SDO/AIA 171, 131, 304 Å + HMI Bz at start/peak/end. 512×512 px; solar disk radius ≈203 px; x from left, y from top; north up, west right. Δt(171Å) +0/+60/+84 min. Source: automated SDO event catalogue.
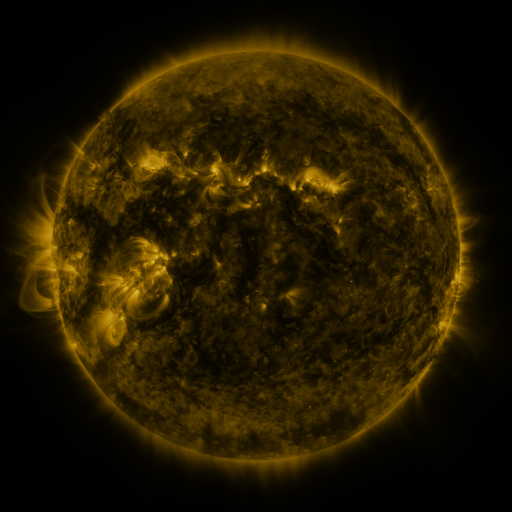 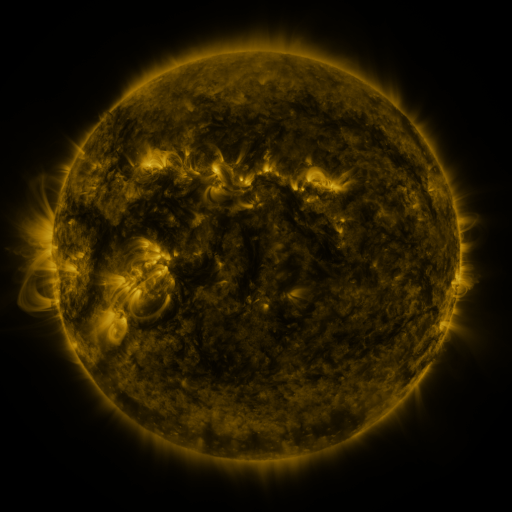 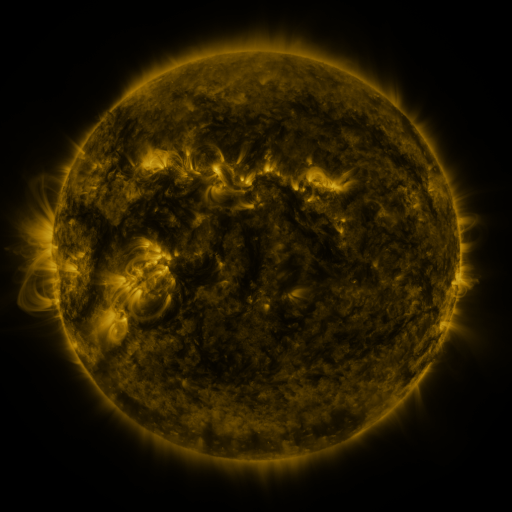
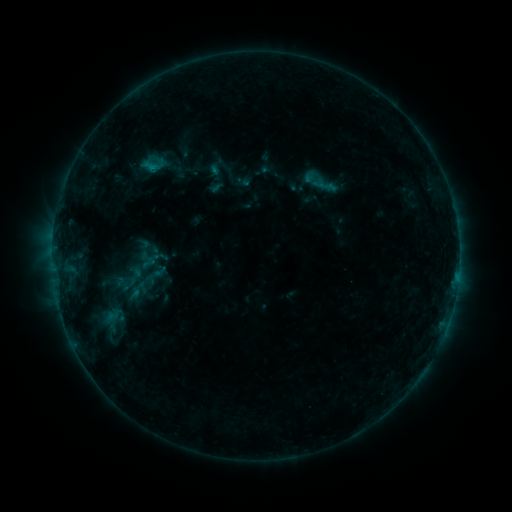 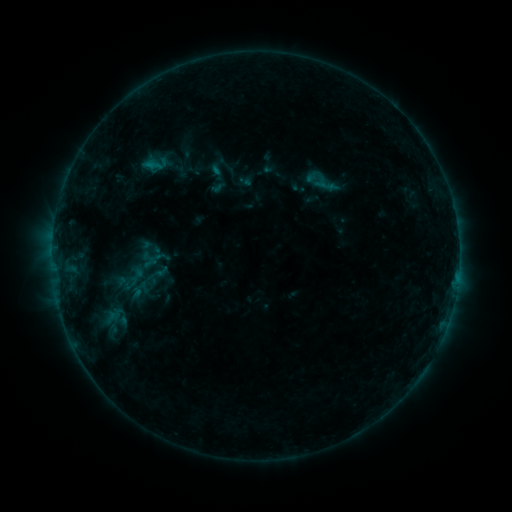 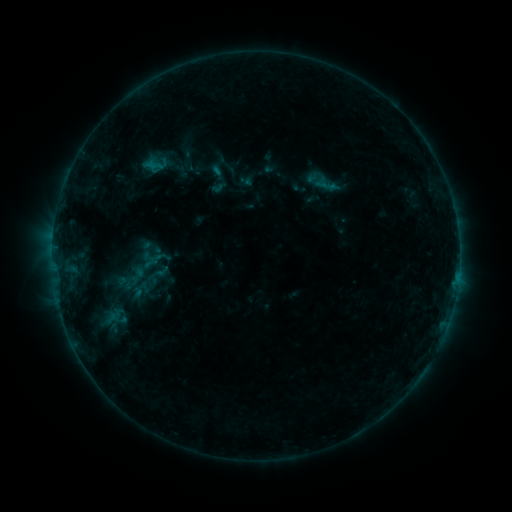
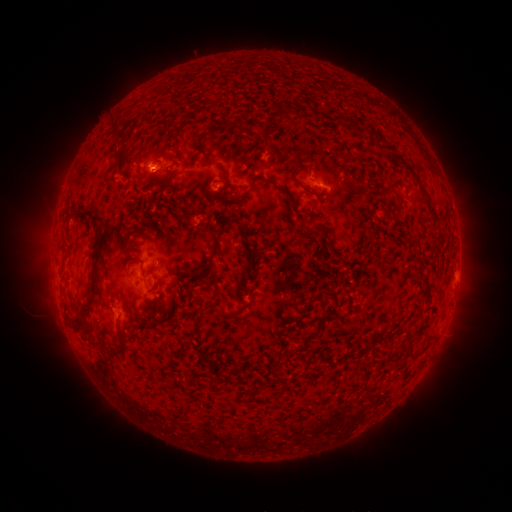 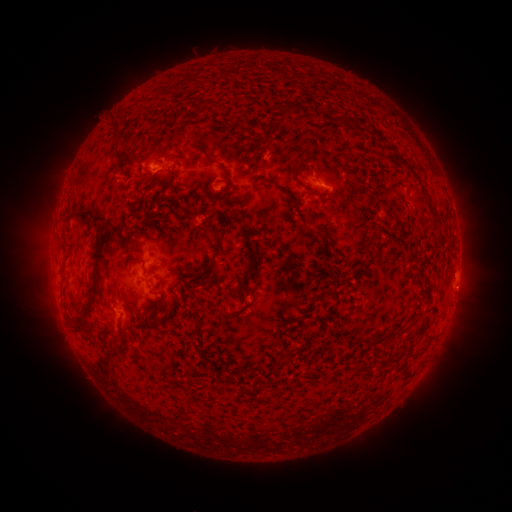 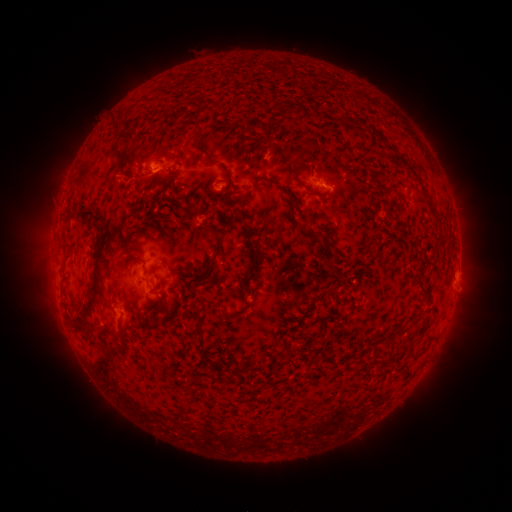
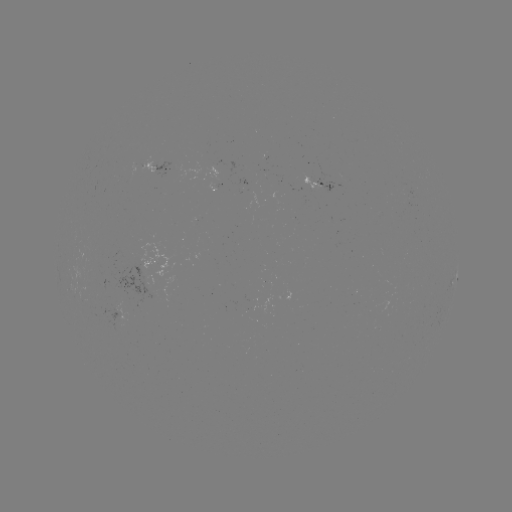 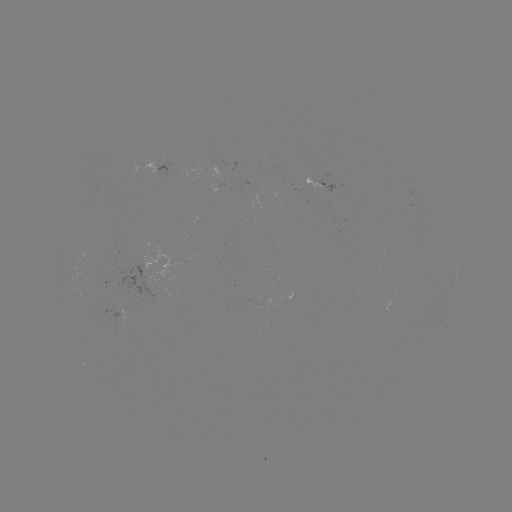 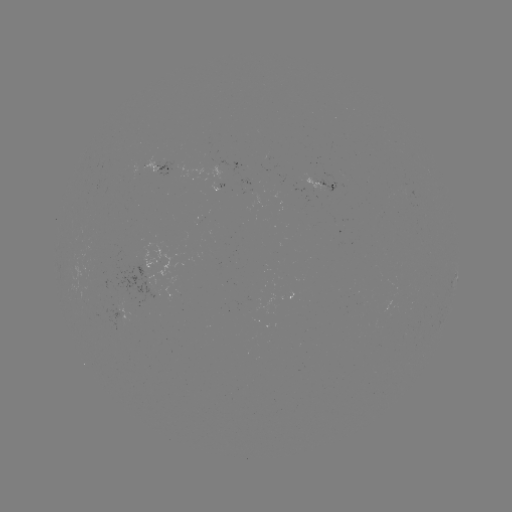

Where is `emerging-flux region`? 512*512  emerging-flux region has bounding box [302, 173, 325, 191].